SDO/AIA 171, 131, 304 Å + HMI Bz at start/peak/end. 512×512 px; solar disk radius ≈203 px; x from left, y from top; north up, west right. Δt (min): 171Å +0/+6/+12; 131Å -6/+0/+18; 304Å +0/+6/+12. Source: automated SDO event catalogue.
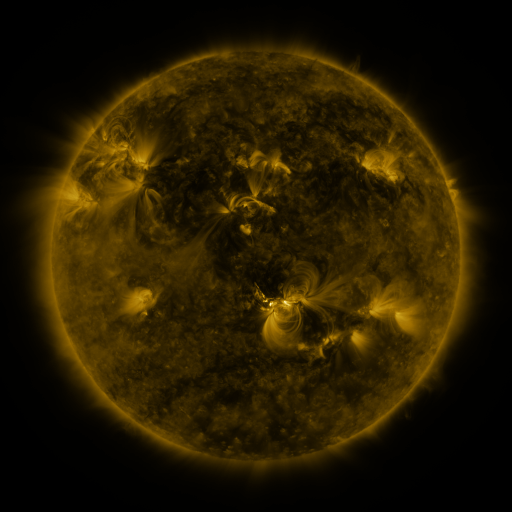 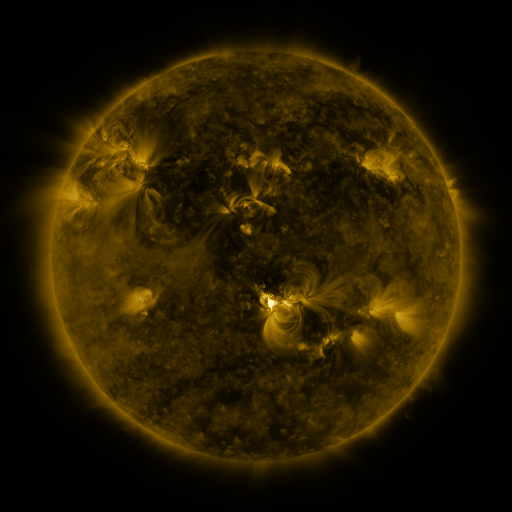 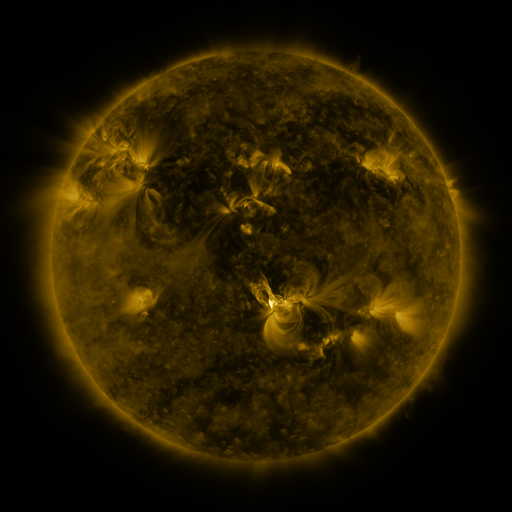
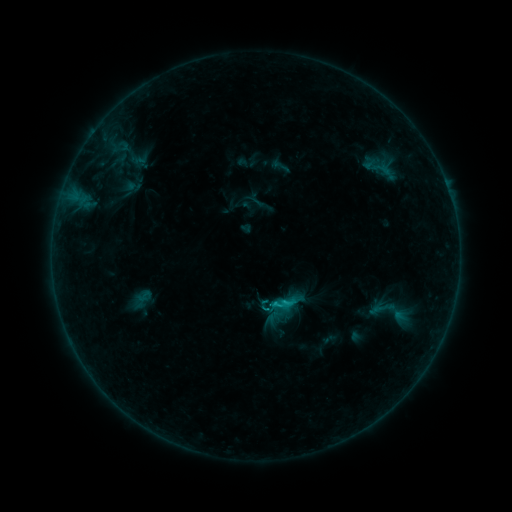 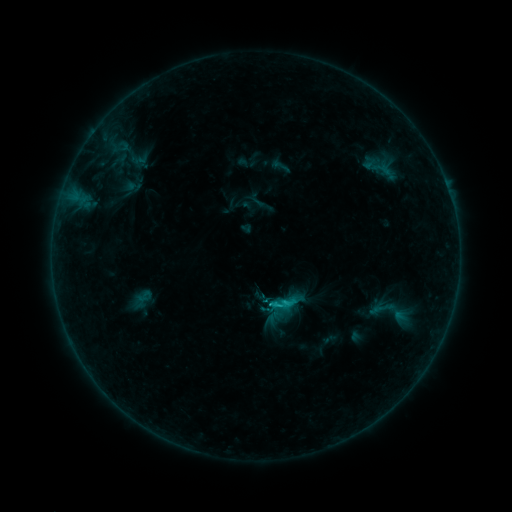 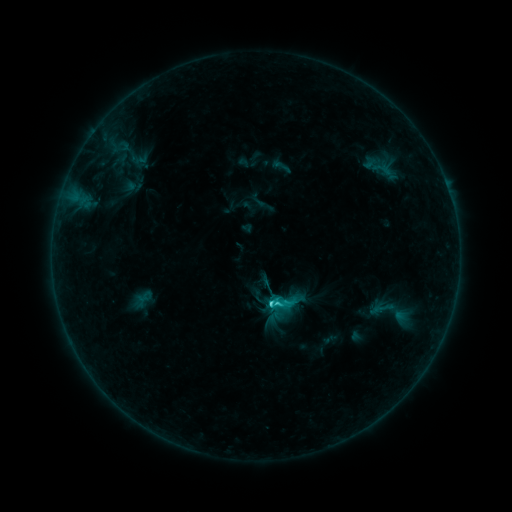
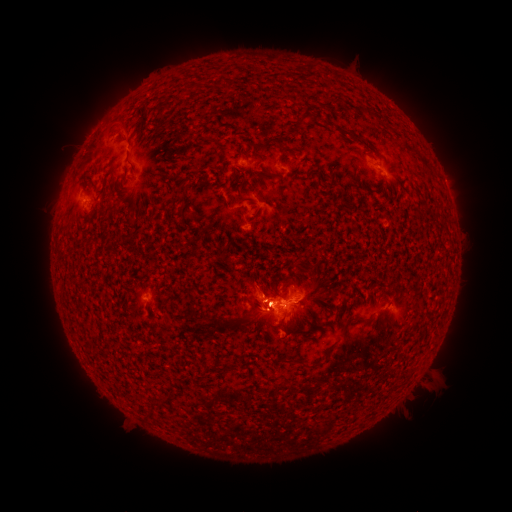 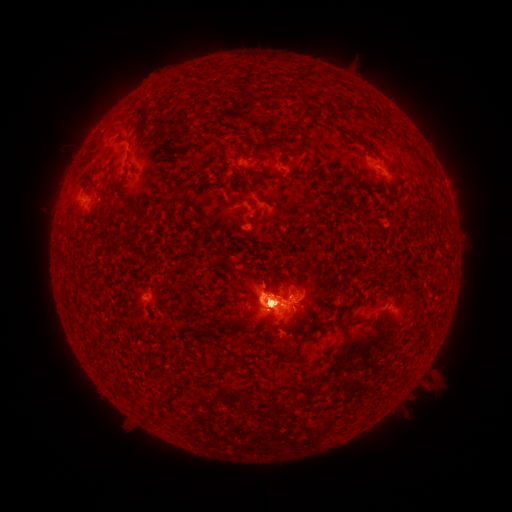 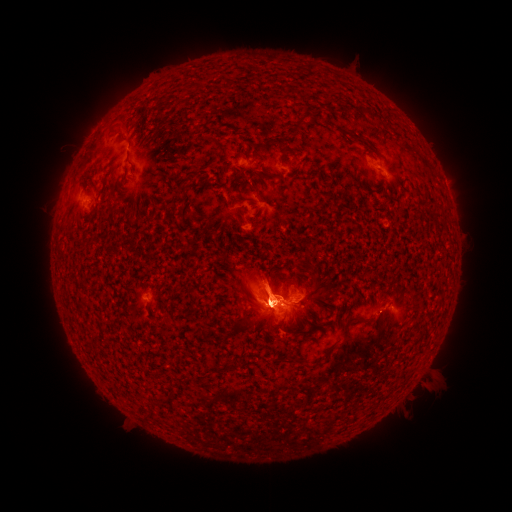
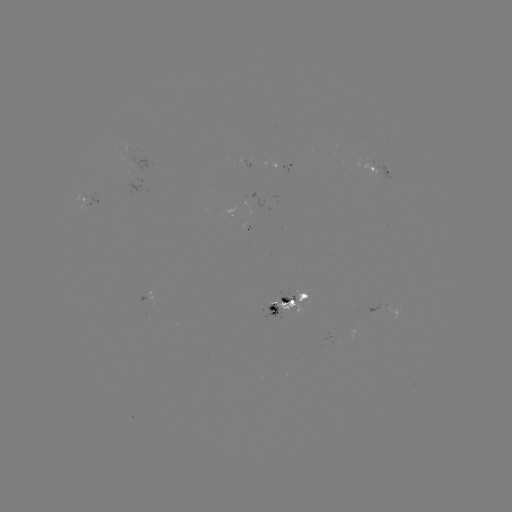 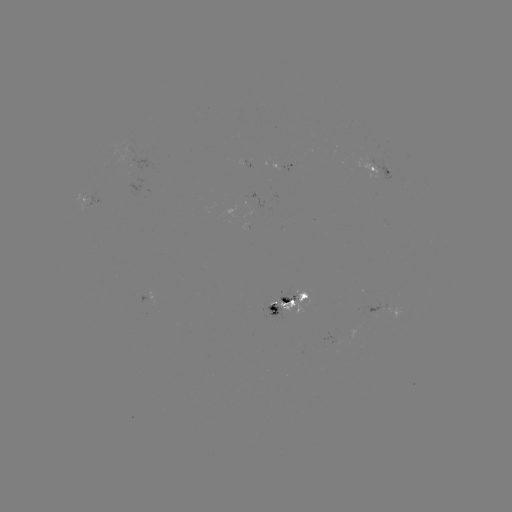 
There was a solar flare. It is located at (269, 302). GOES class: C6.6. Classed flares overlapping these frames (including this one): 1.